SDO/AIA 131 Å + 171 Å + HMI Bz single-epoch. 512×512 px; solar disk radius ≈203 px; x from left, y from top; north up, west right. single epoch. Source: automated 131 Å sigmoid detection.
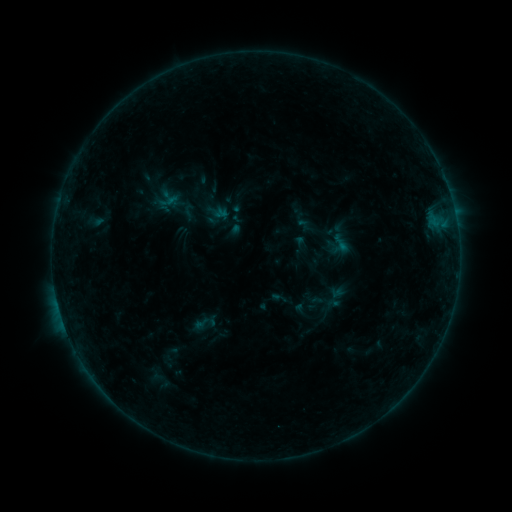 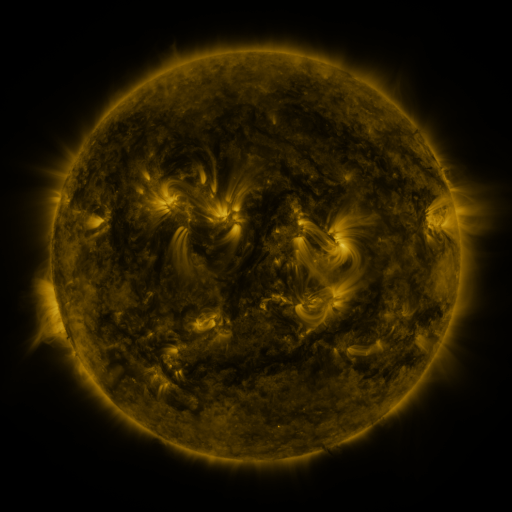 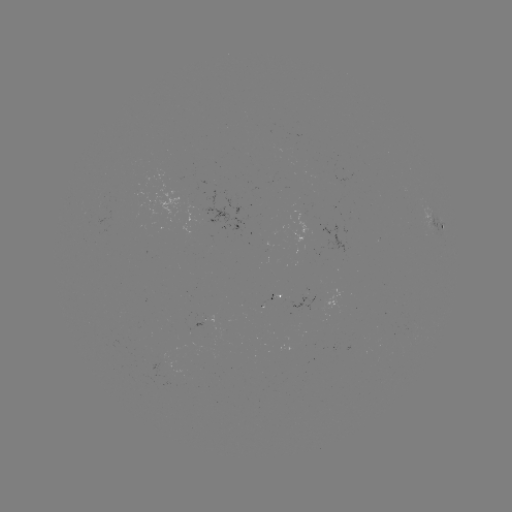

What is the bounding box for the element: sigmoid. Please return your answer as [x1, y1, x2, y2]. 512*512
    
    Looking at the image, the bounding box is [179, 202, 198, 221].